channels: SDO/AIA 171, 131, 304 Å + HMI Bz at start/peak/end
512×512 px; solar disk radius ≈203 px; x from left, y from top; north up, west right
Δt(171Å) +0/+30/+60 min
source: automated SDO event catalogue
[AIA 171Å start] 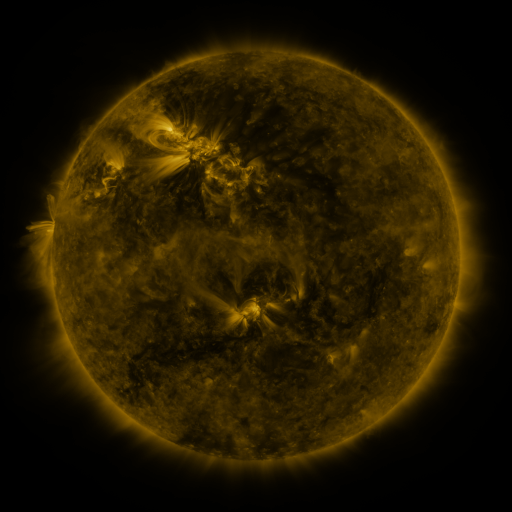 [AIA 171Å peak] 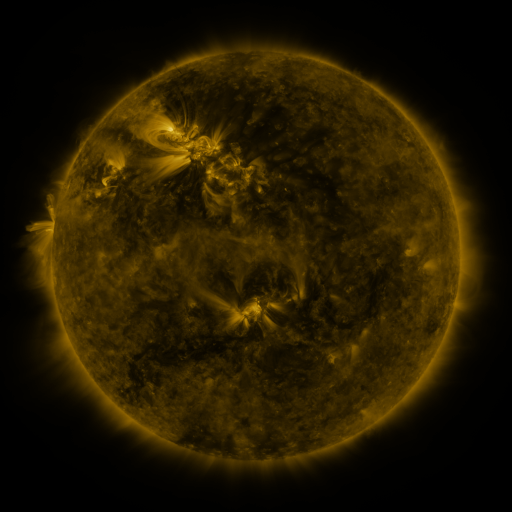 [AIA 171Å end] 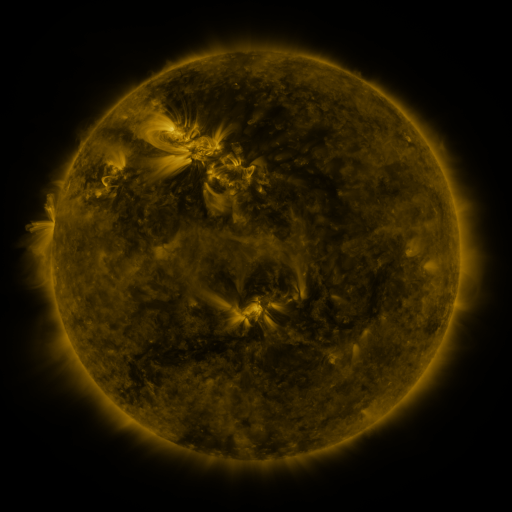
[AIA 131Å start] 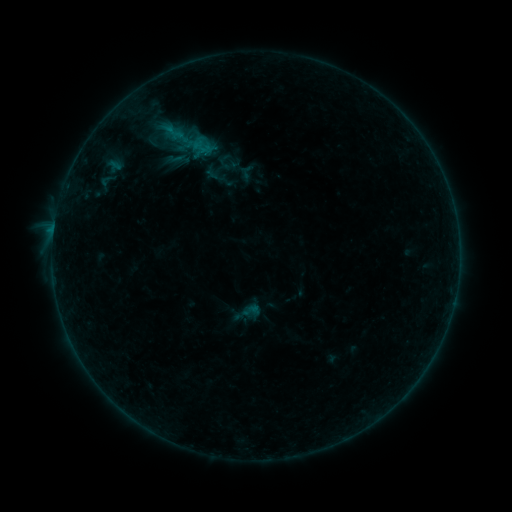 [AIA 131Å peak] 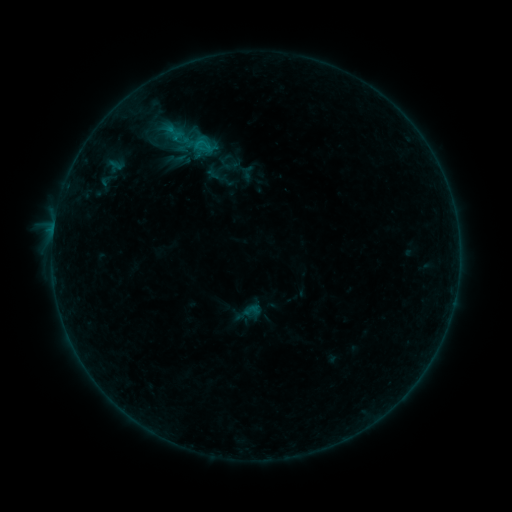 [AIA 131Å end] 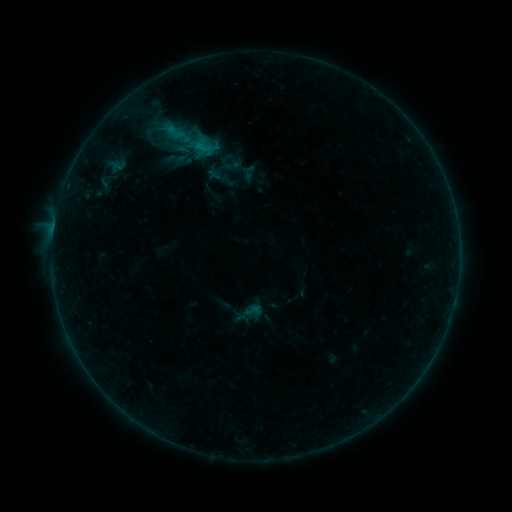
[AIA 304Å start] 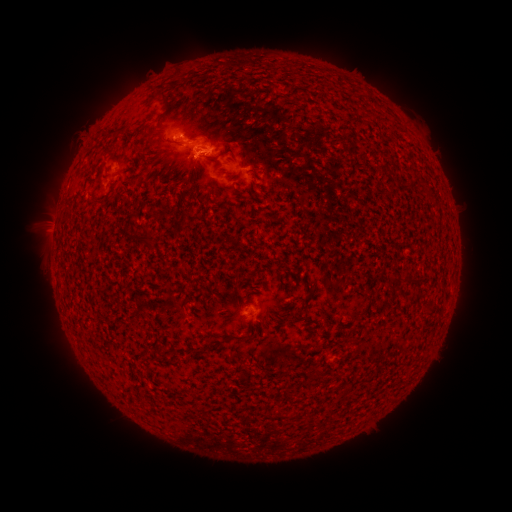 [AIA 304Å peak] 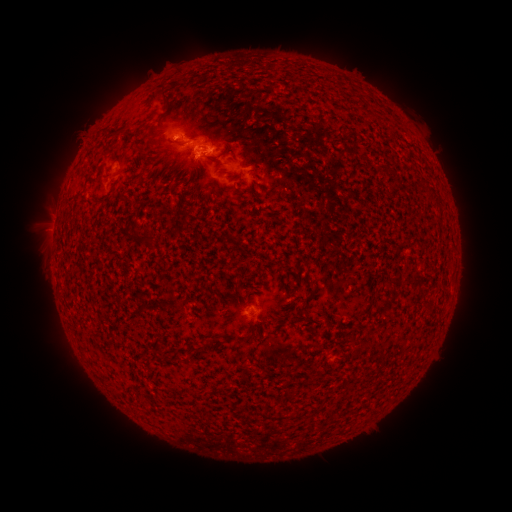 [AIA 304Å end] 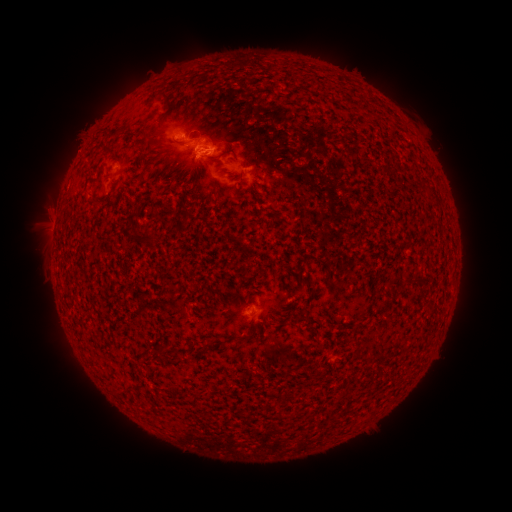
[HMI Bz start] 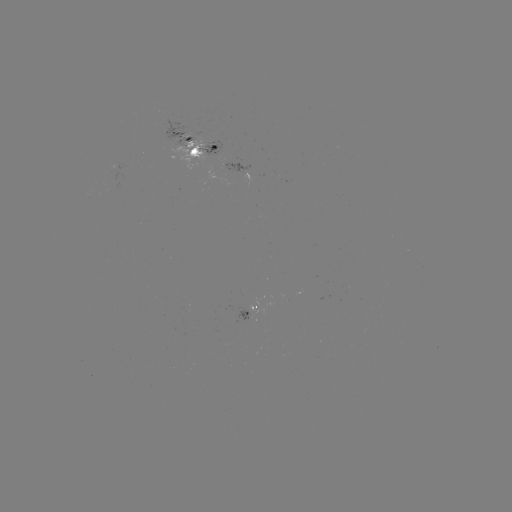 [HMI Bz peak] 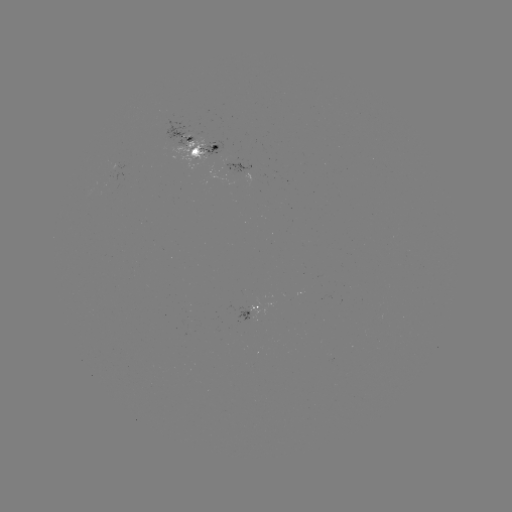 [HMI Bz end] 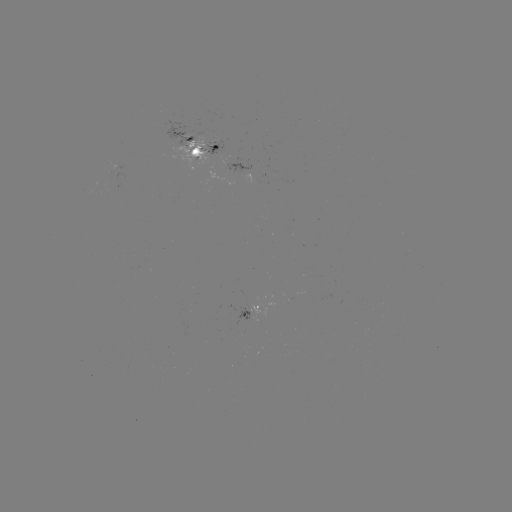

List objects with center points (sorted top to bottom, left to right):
emerging-flux region: (230, 165)
